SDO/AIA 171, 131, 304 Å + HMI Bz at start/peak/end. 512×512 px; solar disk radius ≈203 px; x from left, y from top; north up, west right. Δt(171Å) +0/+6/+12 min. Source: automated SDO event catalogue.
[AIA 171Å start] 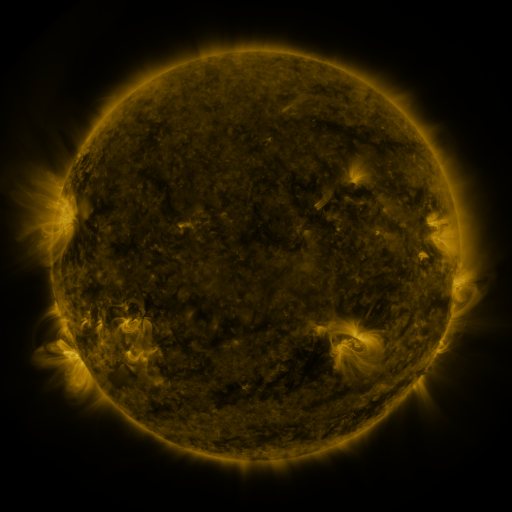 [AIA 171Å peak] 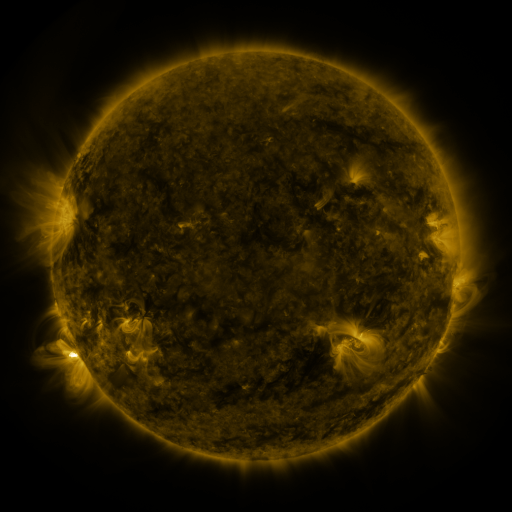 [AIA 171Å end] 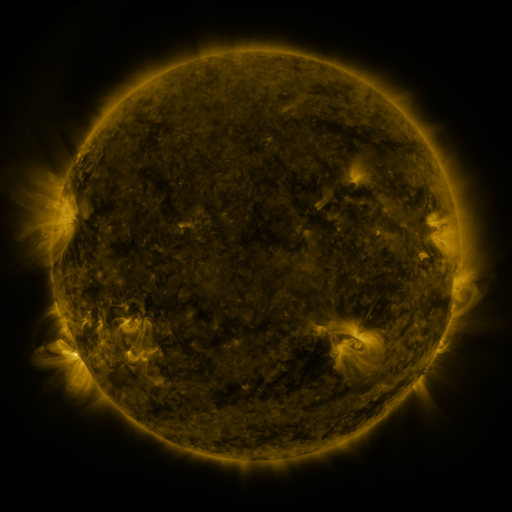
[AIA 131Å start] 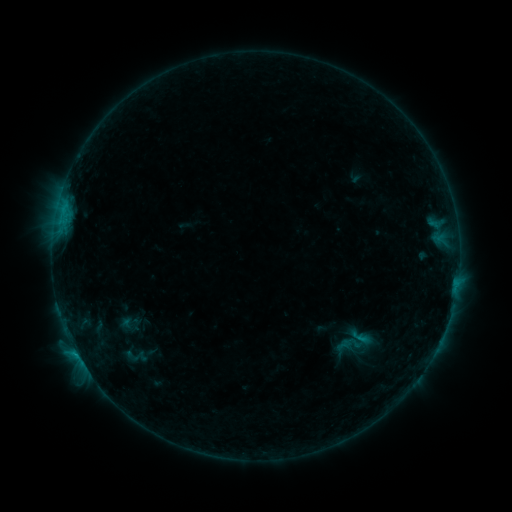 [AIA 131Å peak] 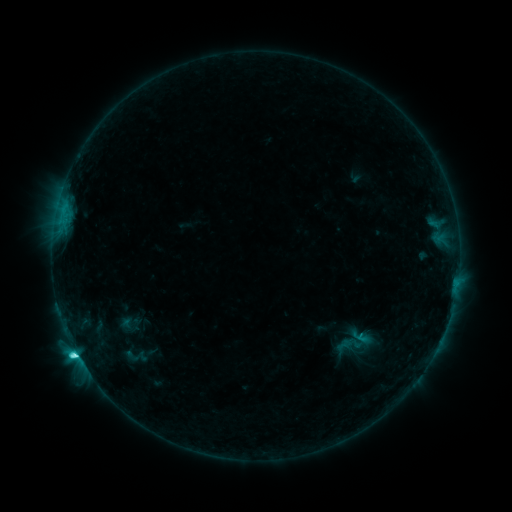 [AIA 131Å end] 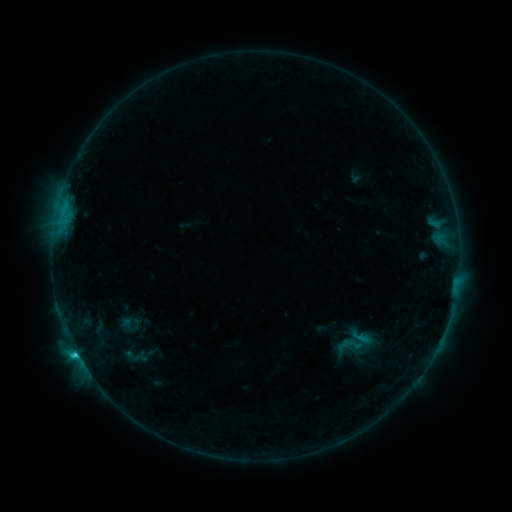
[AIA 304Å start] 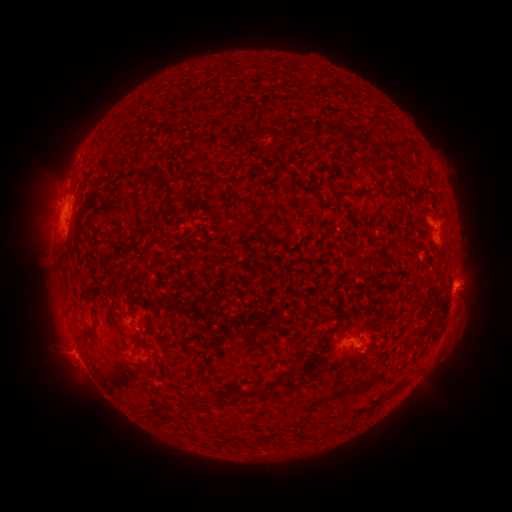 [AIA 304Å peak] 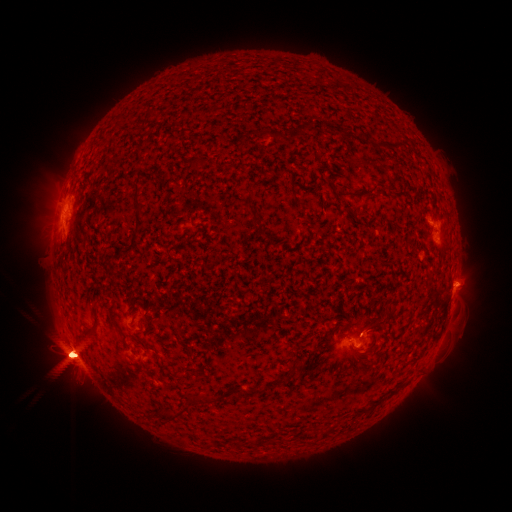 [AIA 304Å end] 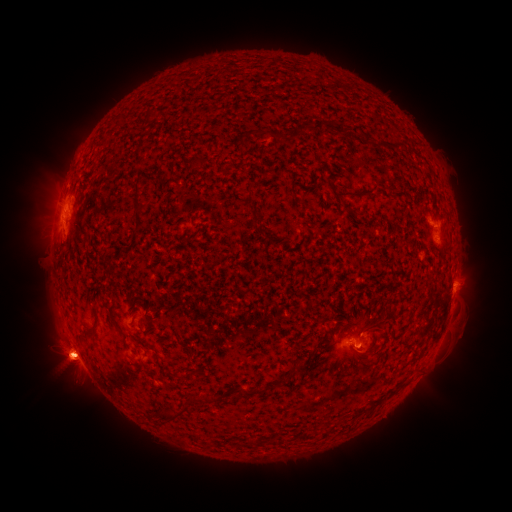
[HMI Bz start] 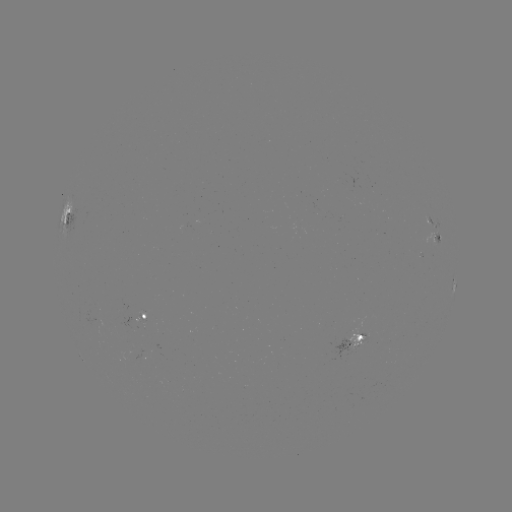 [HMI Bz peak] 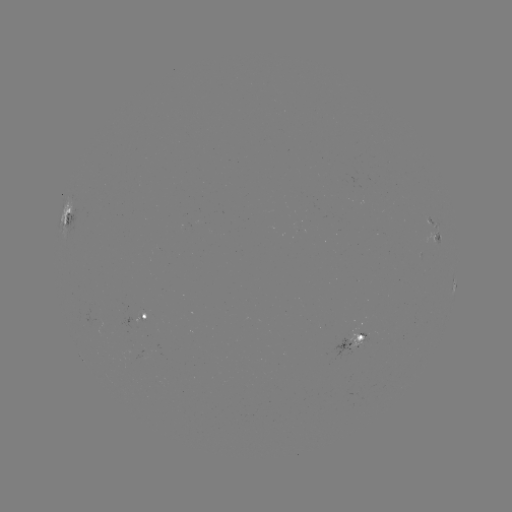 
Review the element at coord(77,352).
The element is C4.6 flare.